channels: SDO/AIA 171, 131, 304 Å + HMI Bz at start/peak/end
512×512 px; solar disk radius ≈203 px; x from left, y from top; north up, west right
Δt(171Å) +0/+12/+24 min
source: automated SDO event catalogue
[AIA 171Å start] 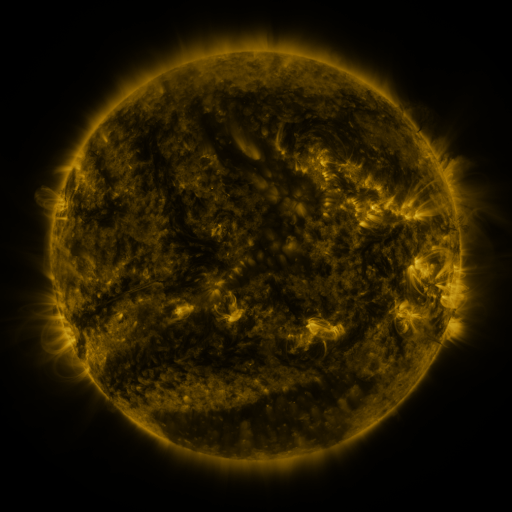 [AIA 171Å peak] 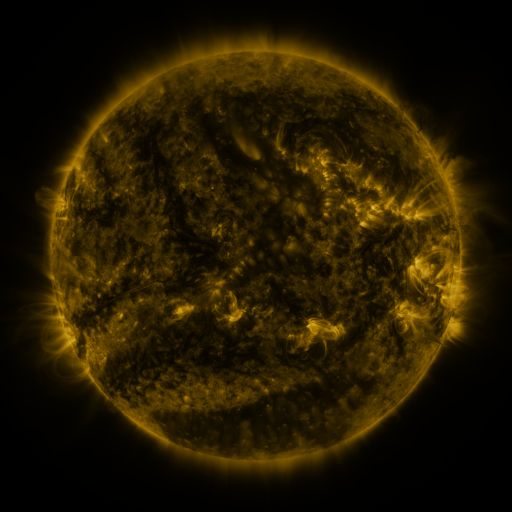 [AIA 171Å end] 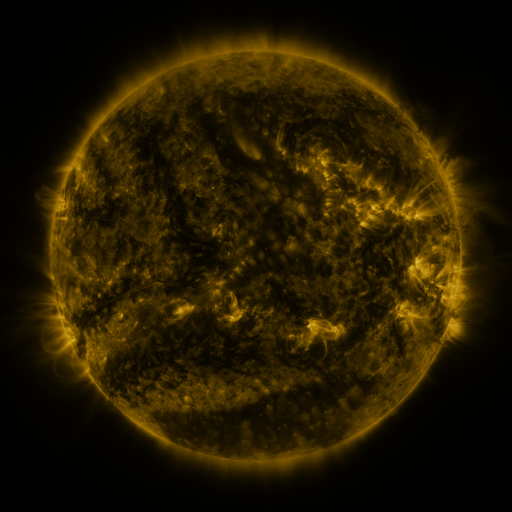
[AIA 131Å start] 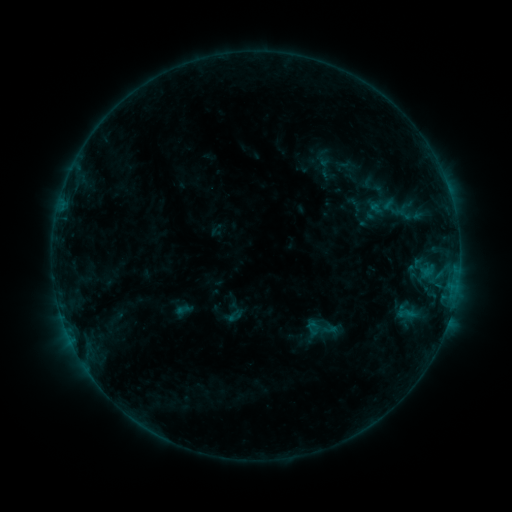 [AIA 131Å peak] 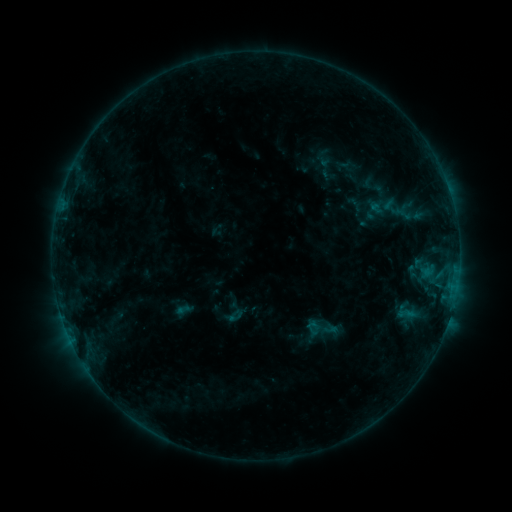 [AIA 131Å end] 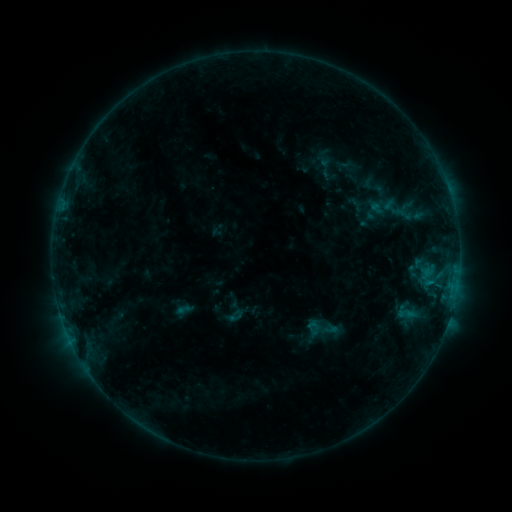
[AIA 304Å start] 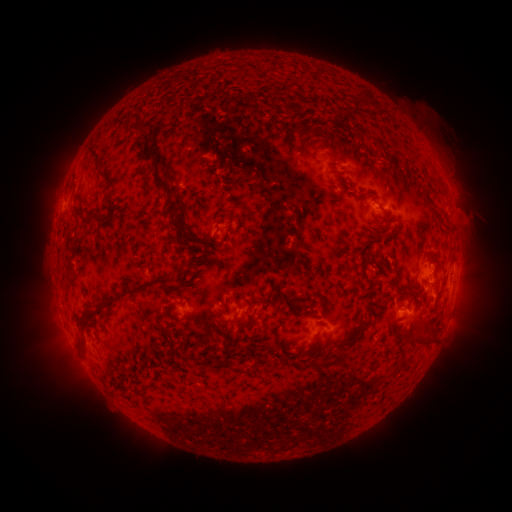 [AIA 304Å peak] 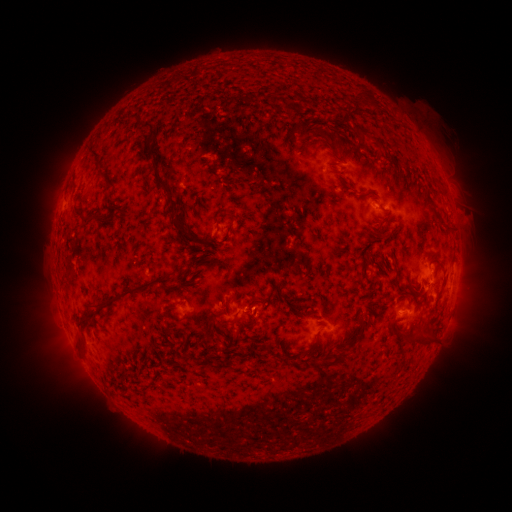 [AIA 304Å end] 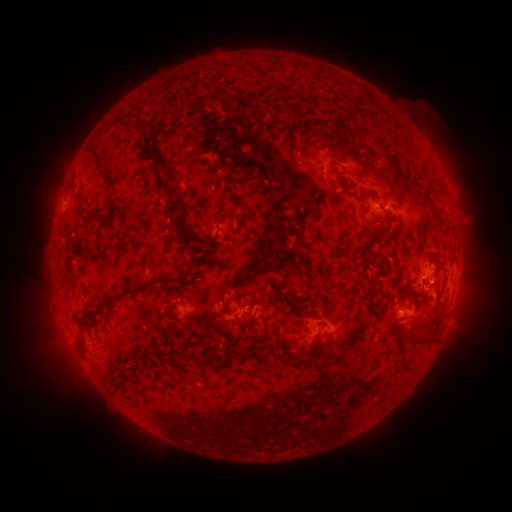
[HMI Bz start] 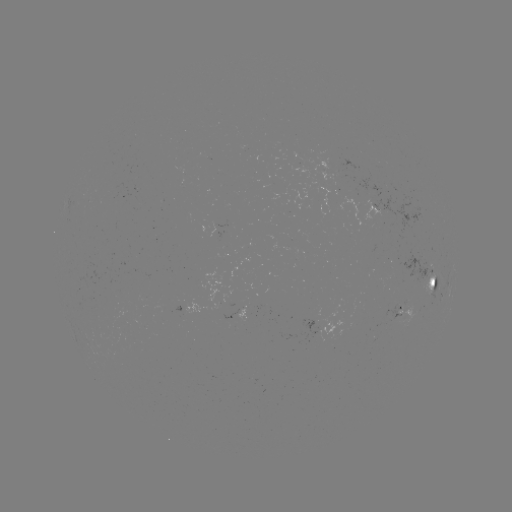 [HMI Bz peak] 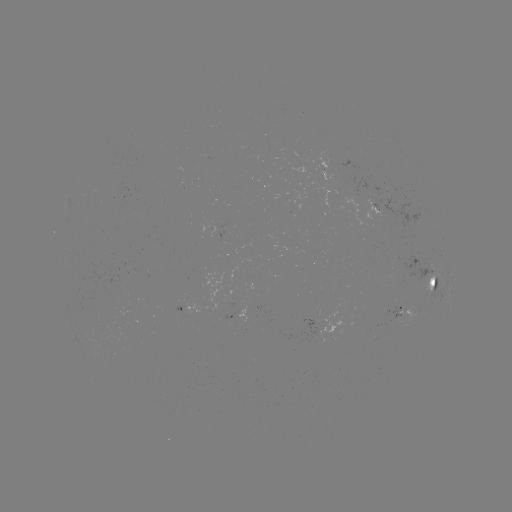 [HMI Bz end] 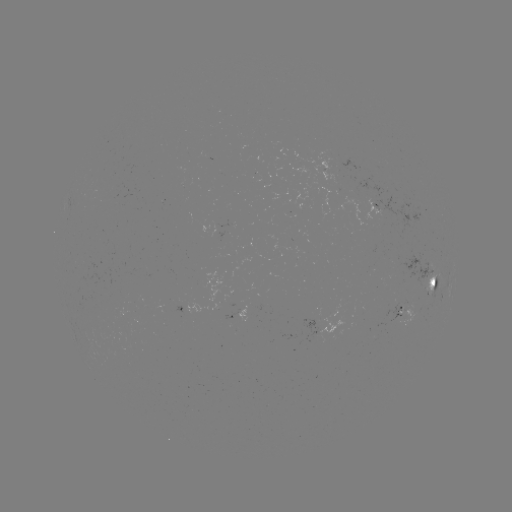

no catalogued flare and no flagged EUV brightening in this window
